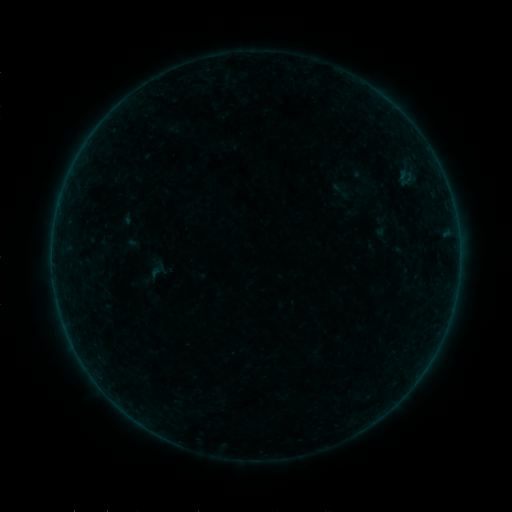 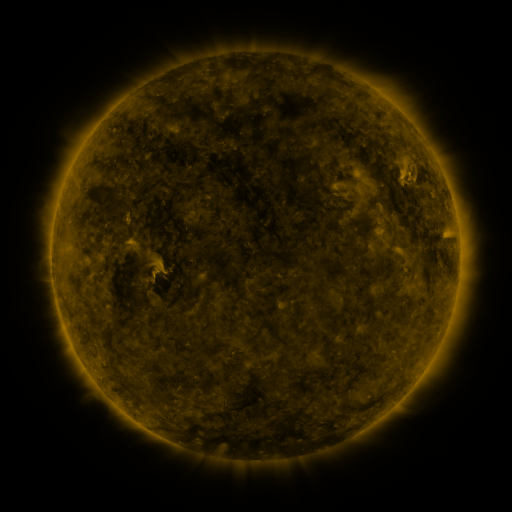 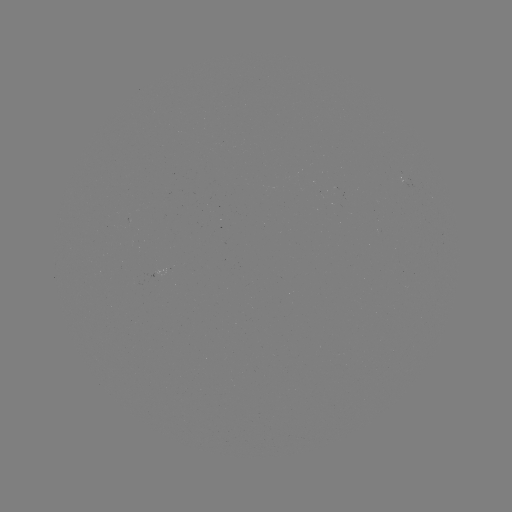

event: sigmoid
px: (341, 190)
